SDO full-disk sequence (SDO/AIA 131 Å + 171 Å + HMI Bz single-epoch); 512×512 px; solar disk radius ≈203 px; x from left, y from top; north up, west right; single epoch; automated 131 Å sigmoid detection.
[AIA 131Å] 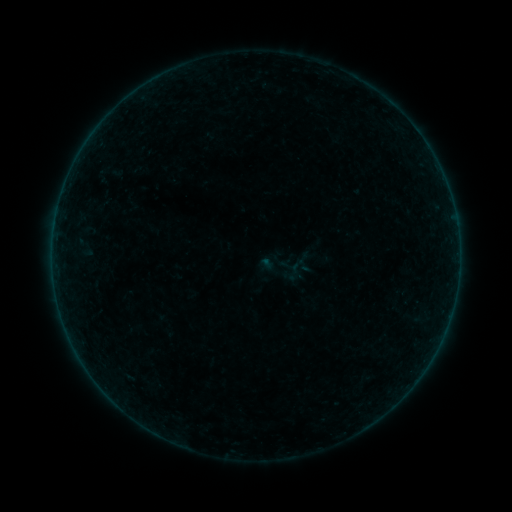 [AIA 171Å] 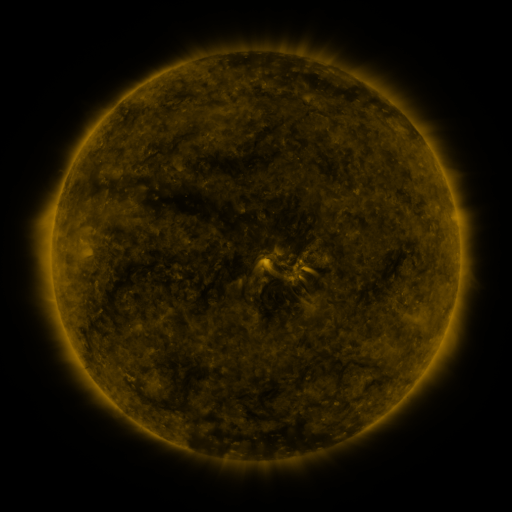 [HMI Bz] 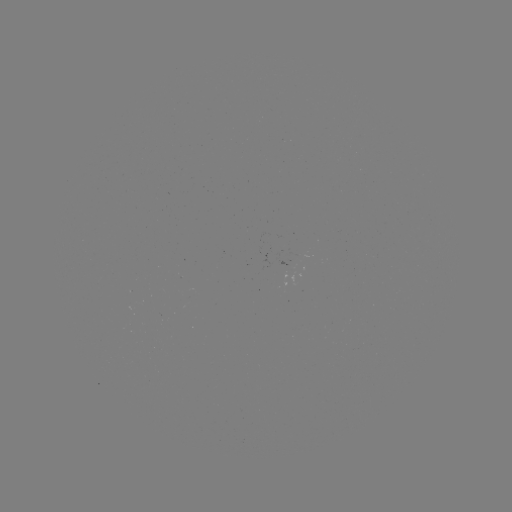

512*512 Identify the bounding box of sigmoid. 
[287, 257, 306, 276].